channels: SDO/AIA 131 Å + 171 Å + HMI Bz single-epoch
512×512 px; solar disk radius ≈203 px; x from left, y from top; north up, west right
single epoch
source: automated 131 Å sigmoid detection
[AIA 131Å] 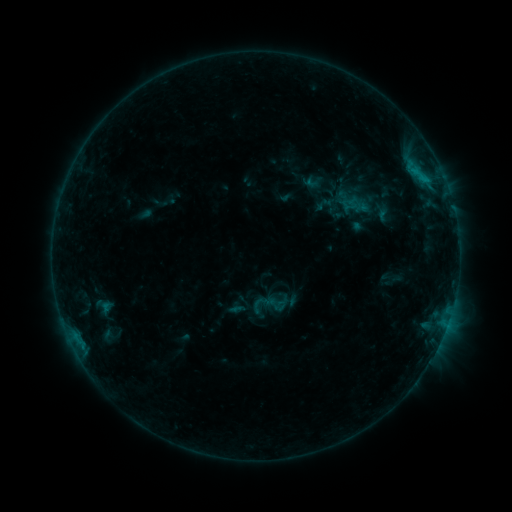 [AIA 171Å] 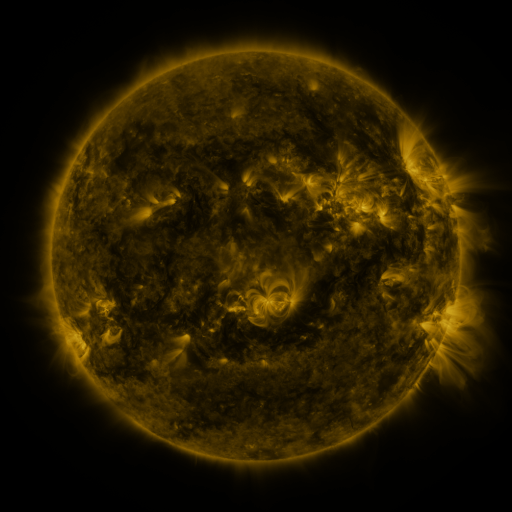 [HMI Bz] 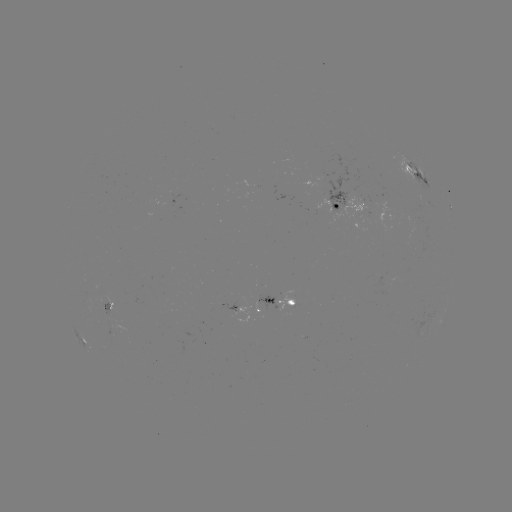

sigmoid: <bbox>249, 297, 267, 315</bbox>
